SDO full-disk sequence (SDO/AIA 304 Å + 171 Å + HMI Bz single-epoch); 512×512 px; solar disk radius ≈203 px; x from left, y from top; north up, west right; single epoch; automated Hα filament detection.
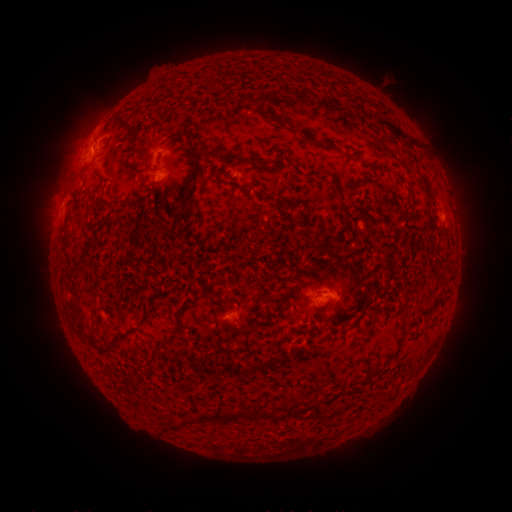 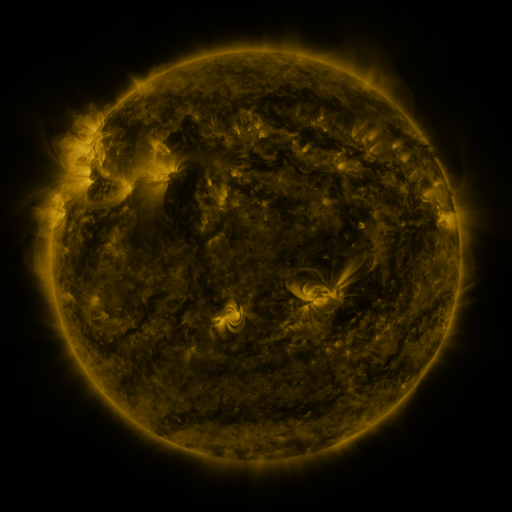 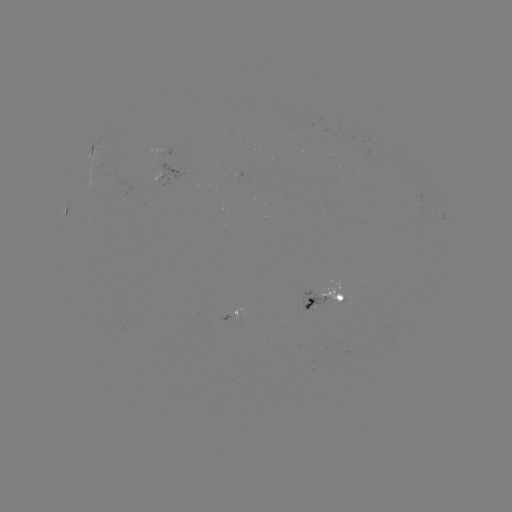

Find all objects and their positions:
filament: (278, 301)
filament: (310, 305)
filament: (167, 340)
filament: (109, 343)
filament: (261, 414)
filament: (205, 416)
